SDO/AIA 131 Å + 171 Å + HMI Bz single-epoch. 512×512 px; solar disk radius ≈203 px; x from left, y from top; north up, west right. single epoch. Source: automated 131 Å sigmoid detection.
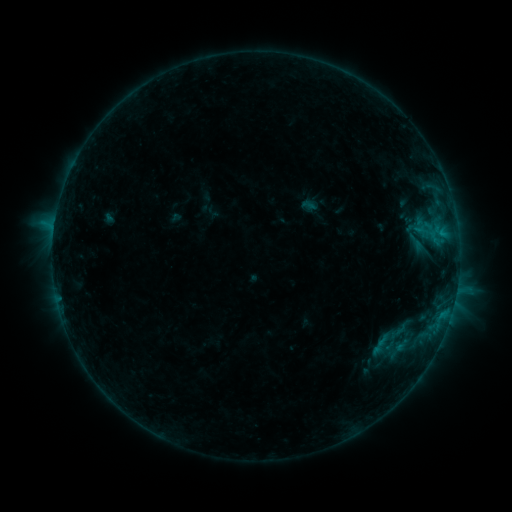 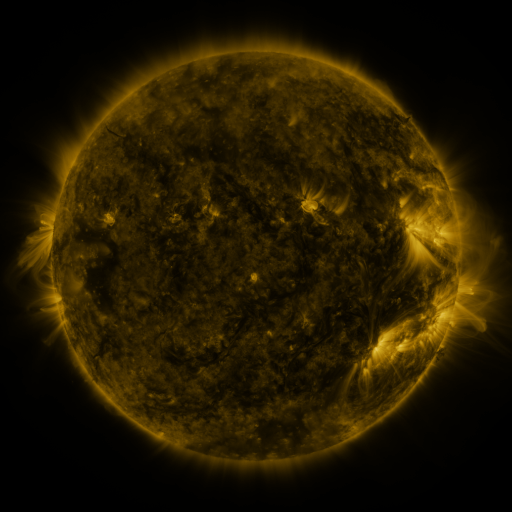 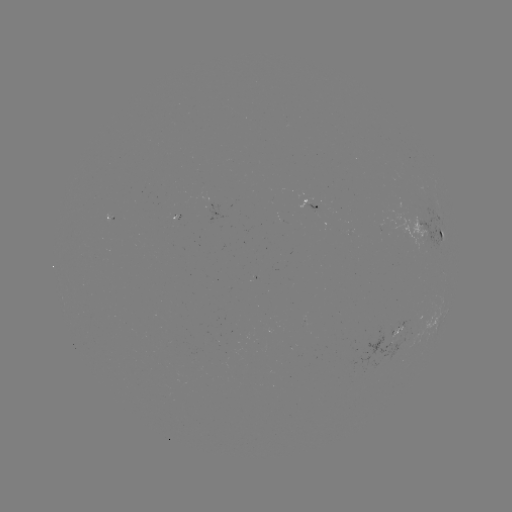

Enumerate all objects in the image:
sigmoid: <bbox>365, 315, 412, 362</bbox>
